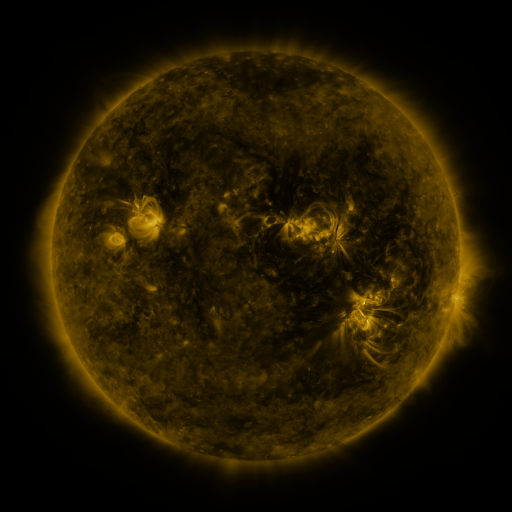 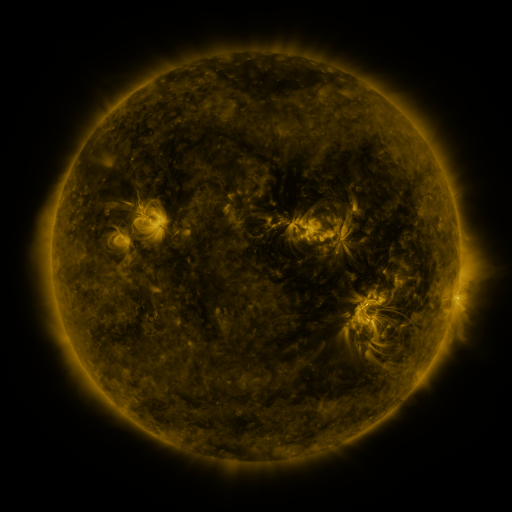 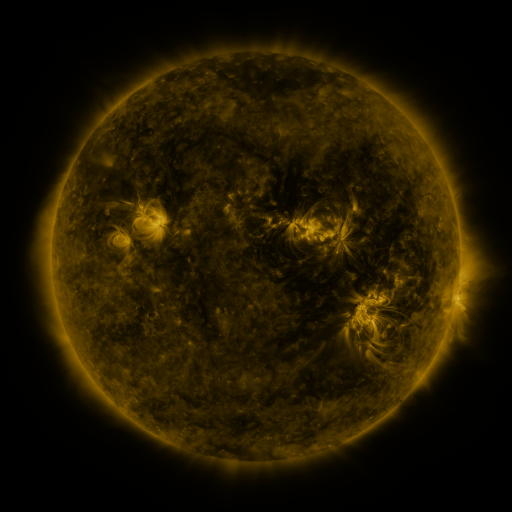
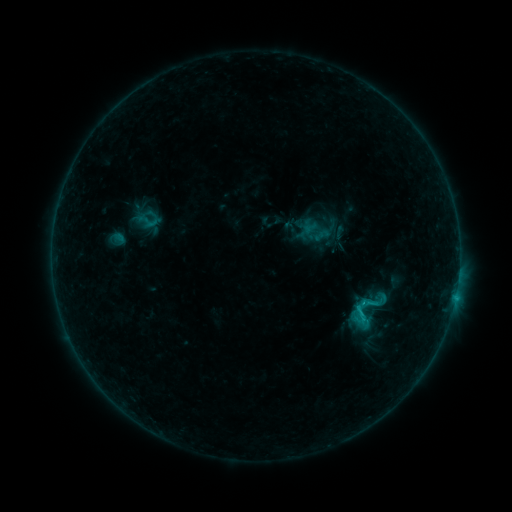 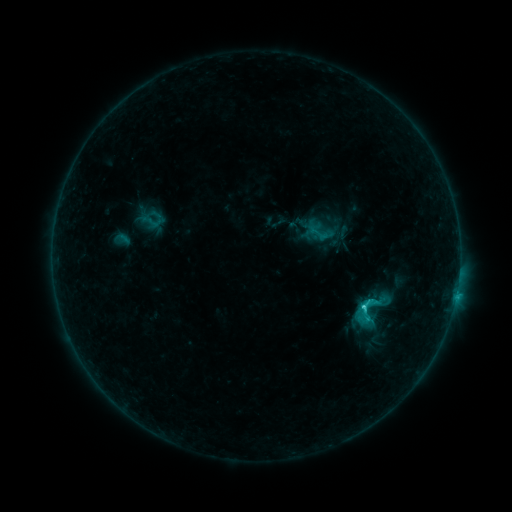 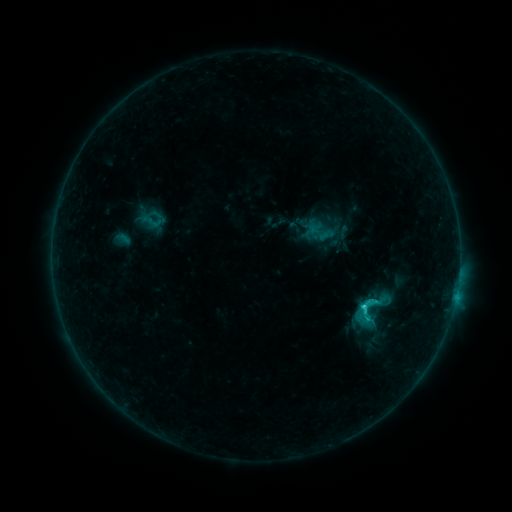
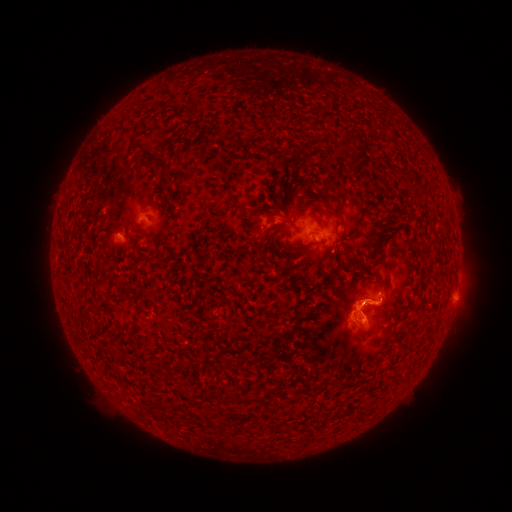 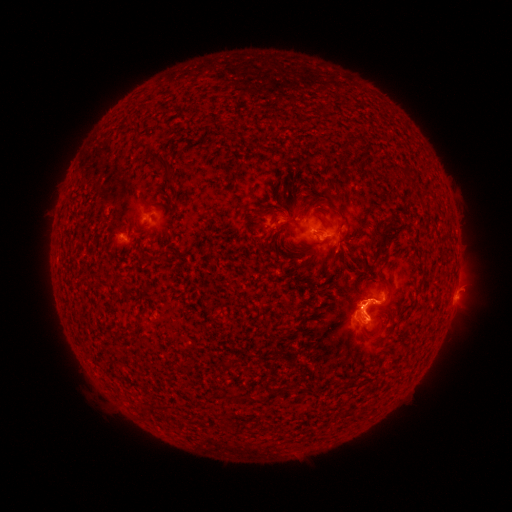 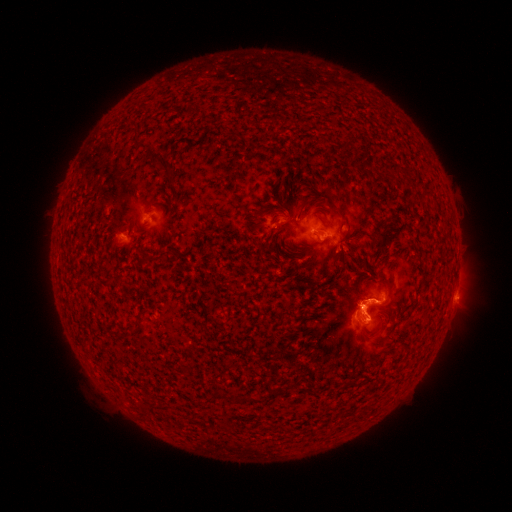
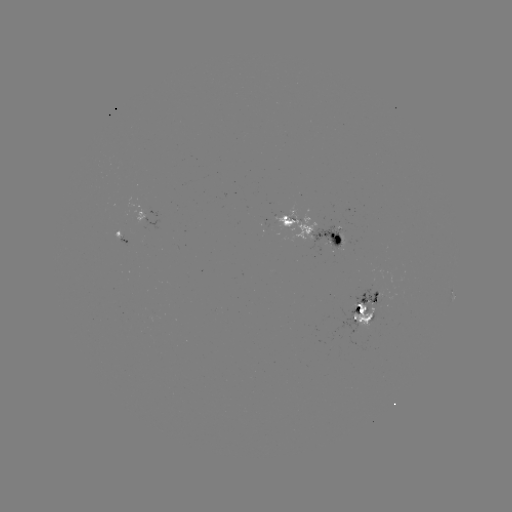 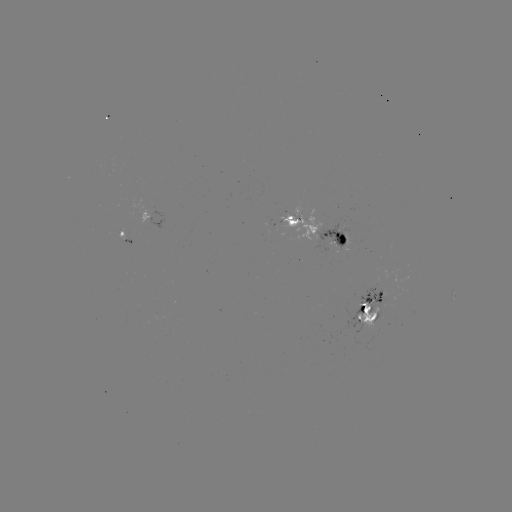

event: emerging-flux region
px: (286, 224)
